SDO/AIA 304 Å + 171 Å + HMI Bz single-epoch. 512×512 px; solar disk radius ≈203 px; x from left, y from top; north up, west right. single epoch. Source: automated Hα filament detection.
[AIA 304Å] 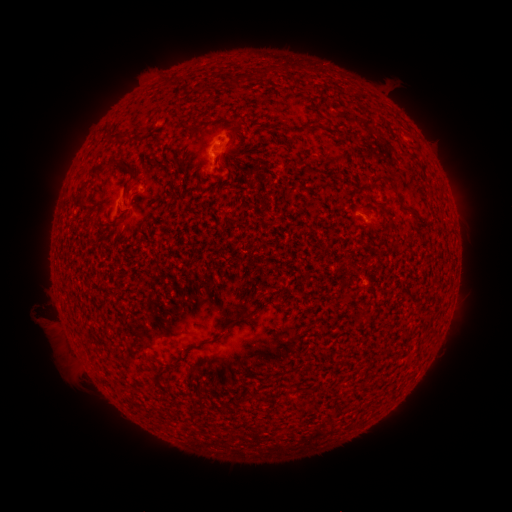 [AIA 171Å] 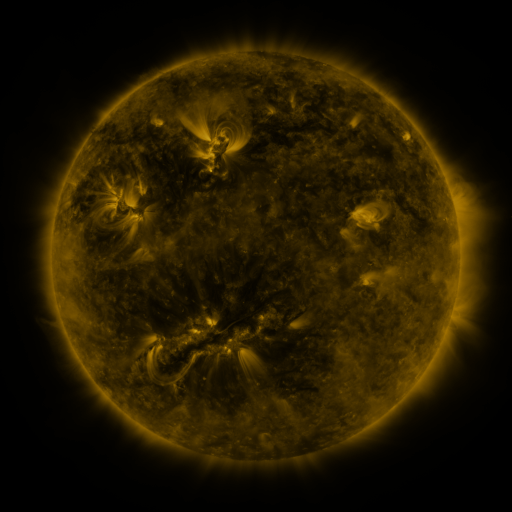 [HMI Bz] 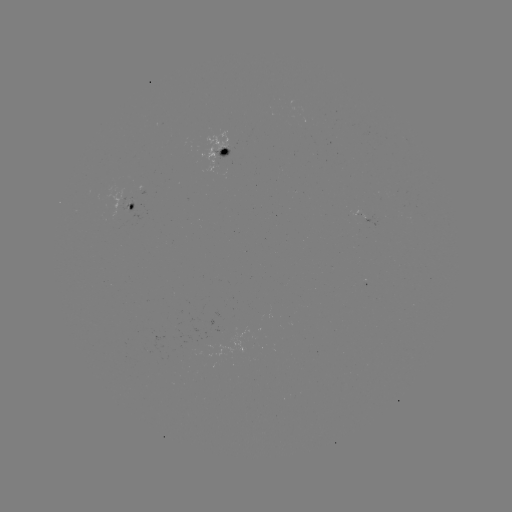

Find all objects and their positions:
filament: (266, 73)
filament: (317, 128)
filament: (118, 136)
filament: (100, 167)
filament: (134, 169)
filament: (390, 184)
filament: (413, 212)
filament: (237, 319)
filament: (202, 342)
filament: (307, 396)
